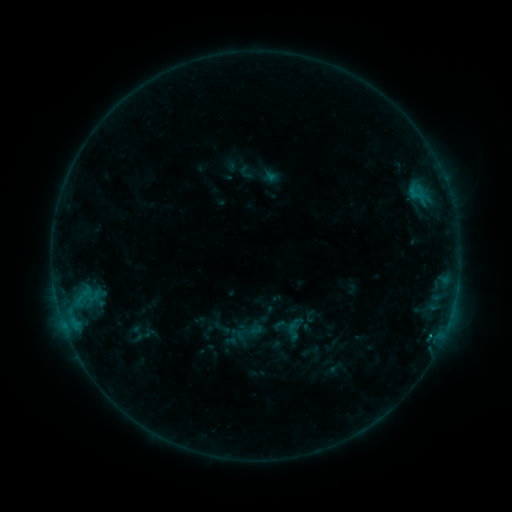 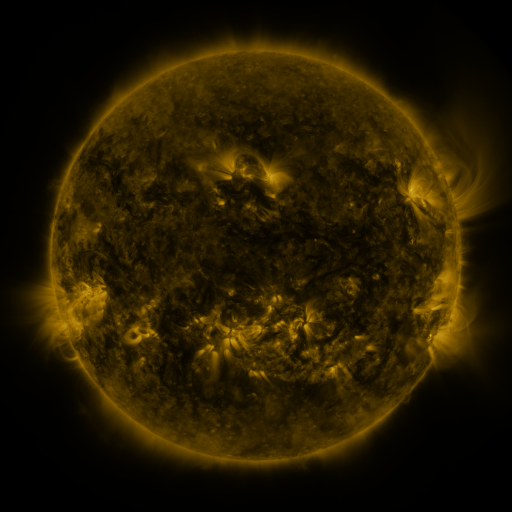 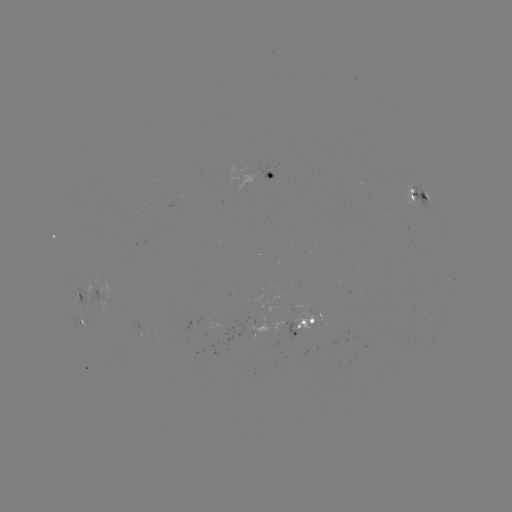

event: sigmoid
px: (295, 329)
